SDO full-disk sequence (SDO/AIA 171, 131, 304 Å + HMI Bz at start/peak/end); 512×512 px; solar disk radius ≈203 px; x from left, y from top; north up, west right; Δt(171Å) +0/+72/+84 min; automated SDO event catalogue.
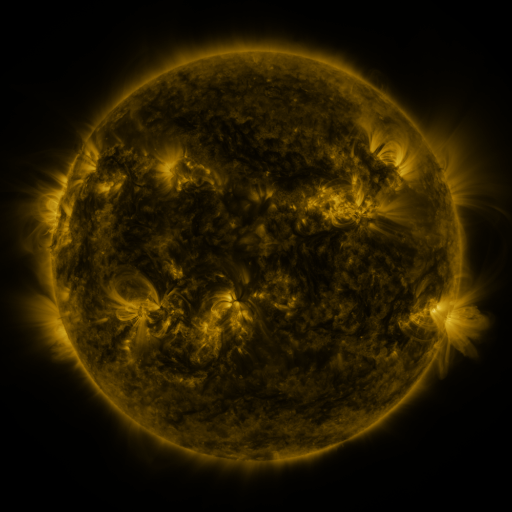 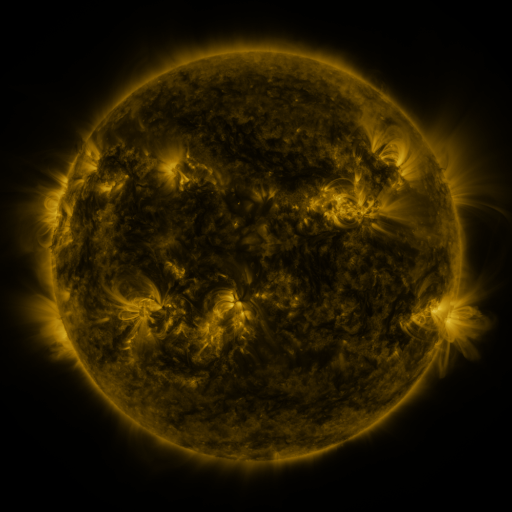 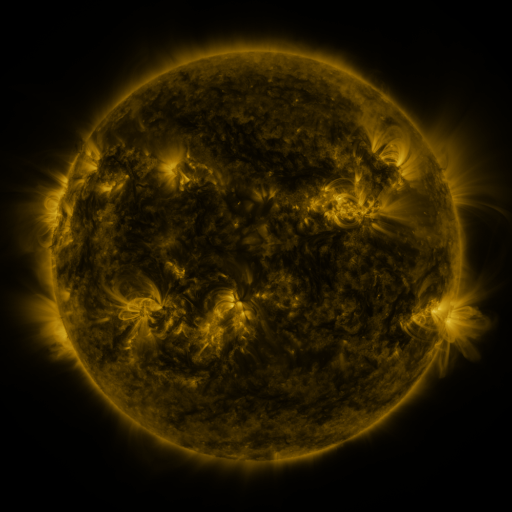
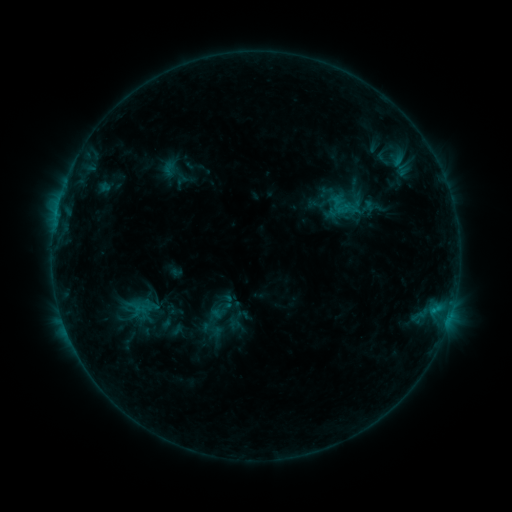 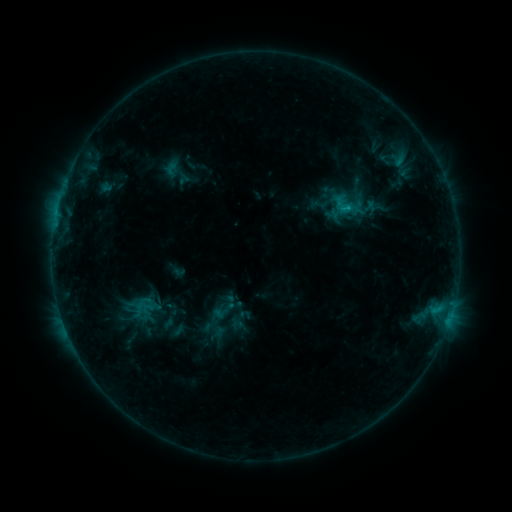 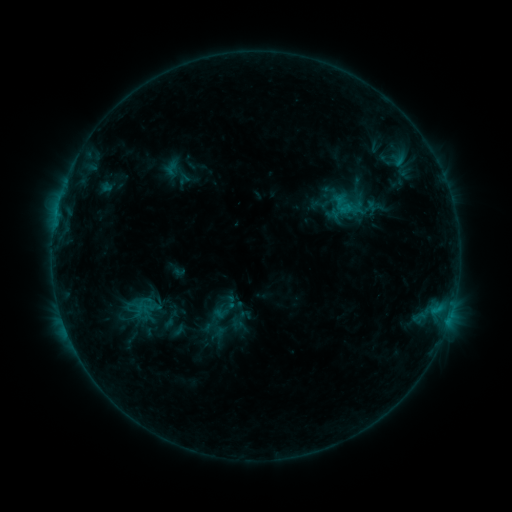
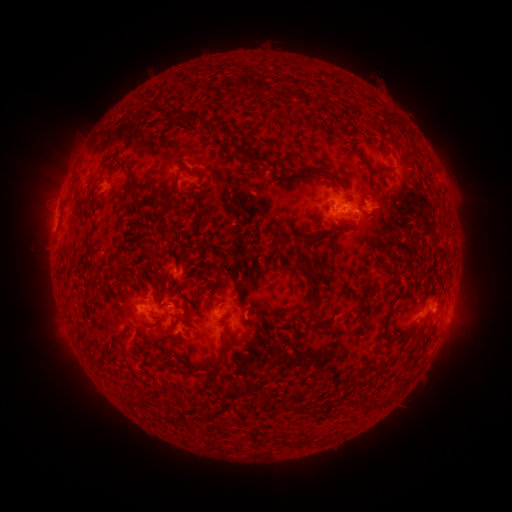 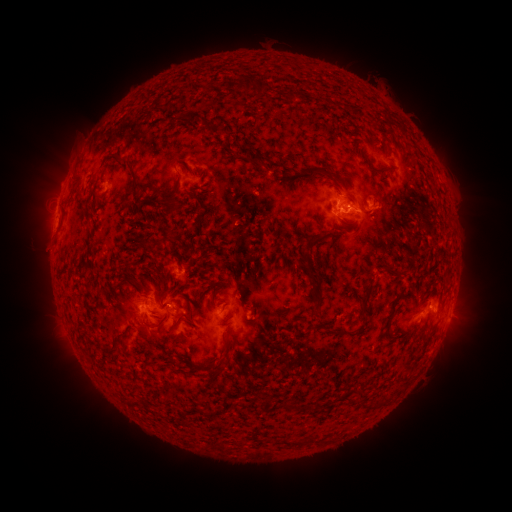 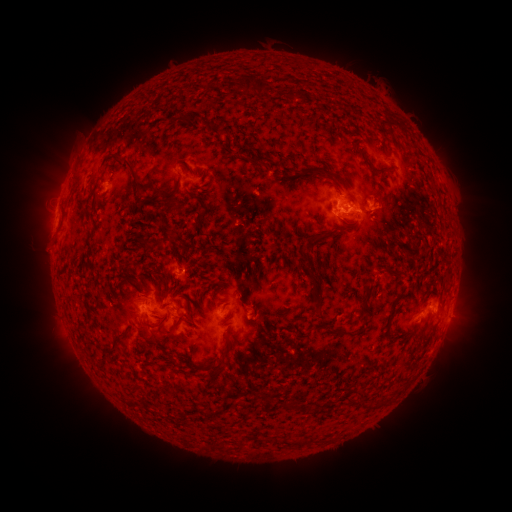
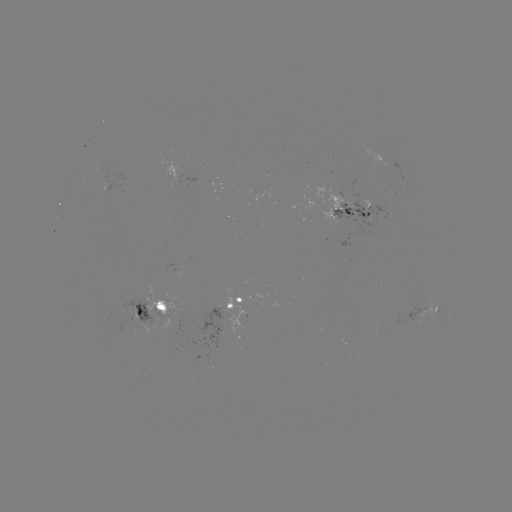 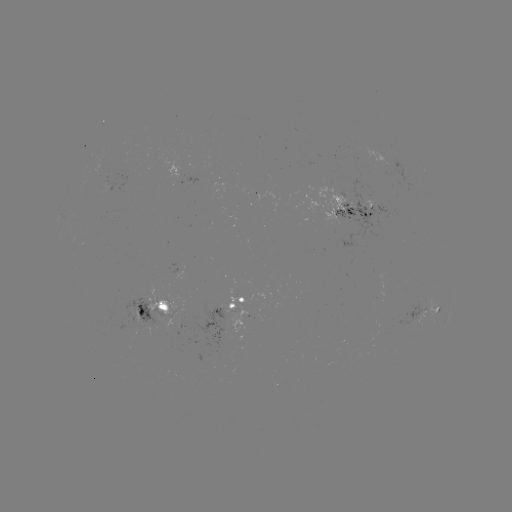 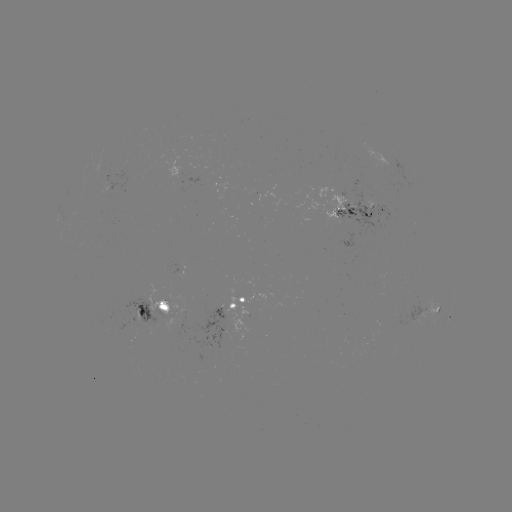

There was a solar emerging-flux region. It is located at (355, 208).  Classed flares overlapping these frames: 1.